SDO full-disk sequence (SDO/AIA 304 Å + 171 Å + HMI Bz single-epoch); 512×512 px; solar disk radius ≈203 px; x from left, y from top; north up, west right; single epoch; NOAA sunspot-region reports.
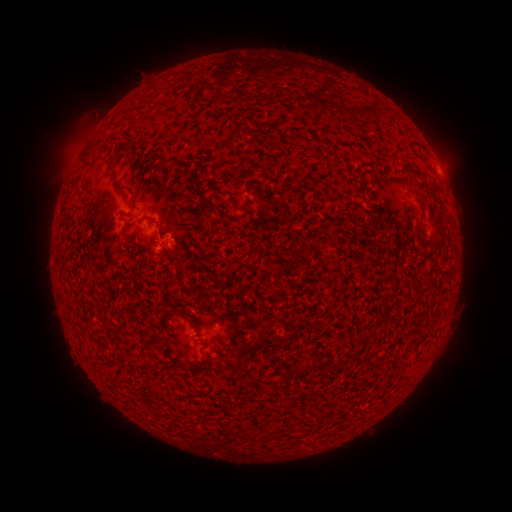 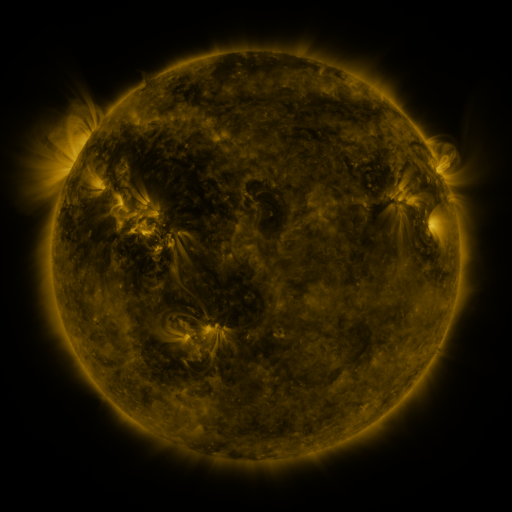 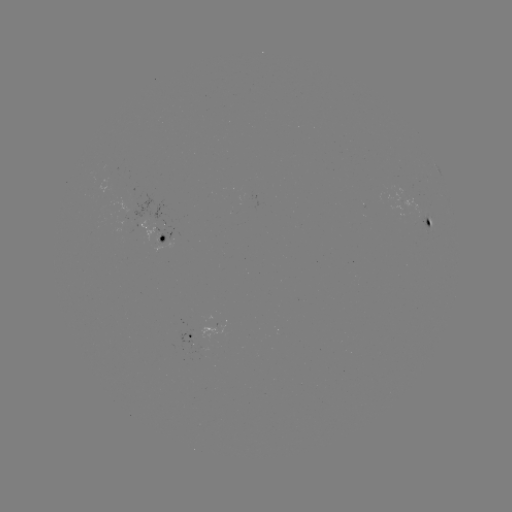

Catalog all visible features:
spotted active region: (439, 172)
spotted active region: (427, 221)
spotted active region: (155, 239)
spotted active region: (192, 338)
